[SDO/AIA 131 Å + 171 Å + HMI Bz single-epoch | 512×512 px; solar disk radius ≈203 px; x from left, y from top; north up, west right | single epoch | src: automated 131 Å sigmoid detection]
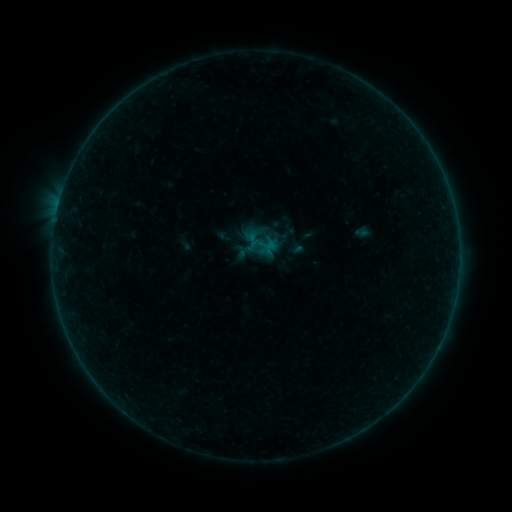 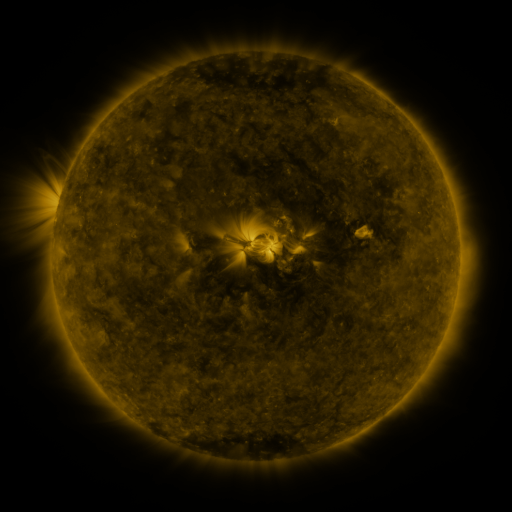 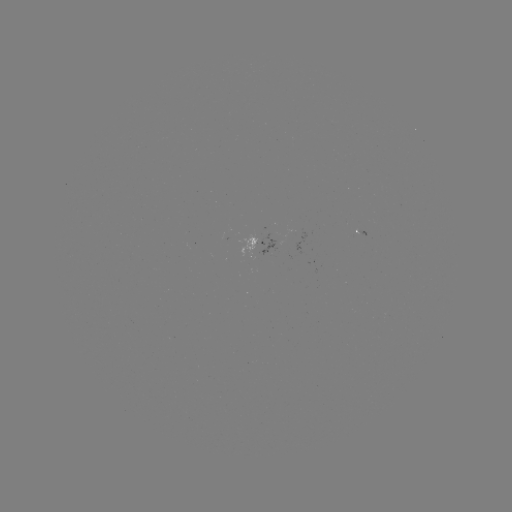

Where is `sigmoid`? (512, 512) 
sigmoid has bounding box [253, 233, 275, 254].